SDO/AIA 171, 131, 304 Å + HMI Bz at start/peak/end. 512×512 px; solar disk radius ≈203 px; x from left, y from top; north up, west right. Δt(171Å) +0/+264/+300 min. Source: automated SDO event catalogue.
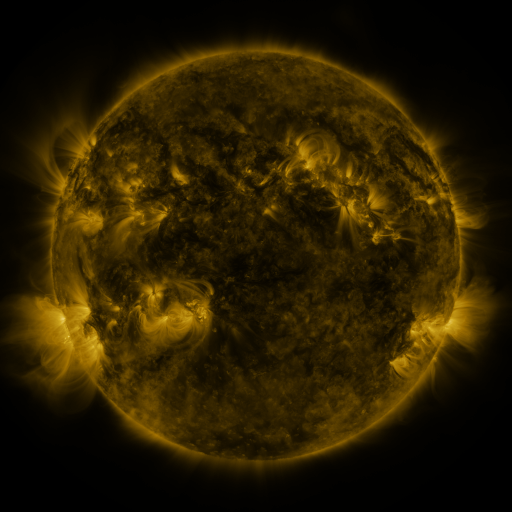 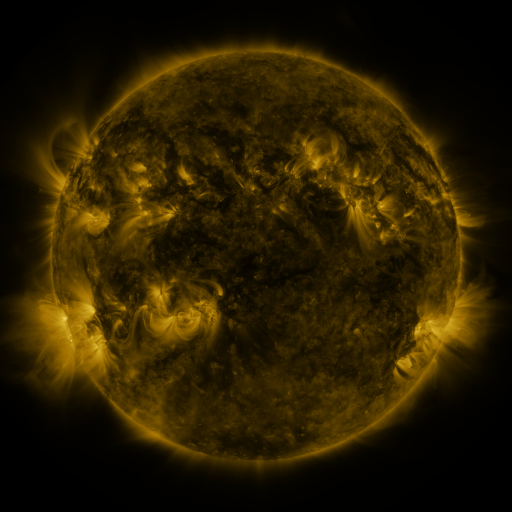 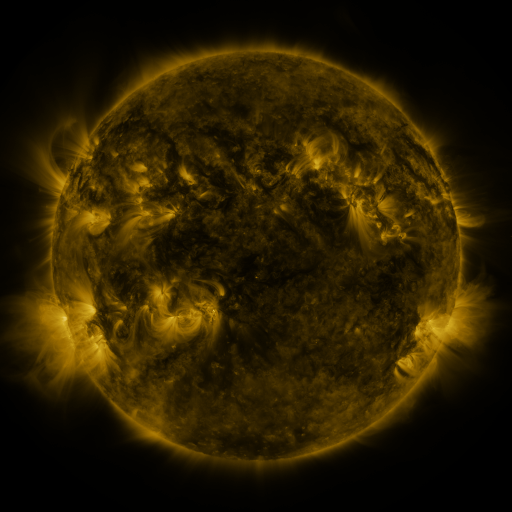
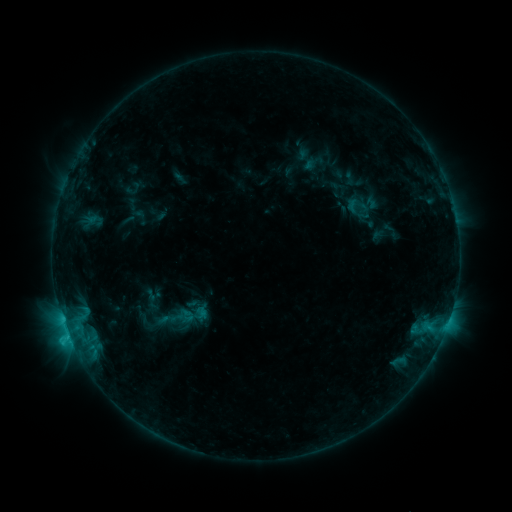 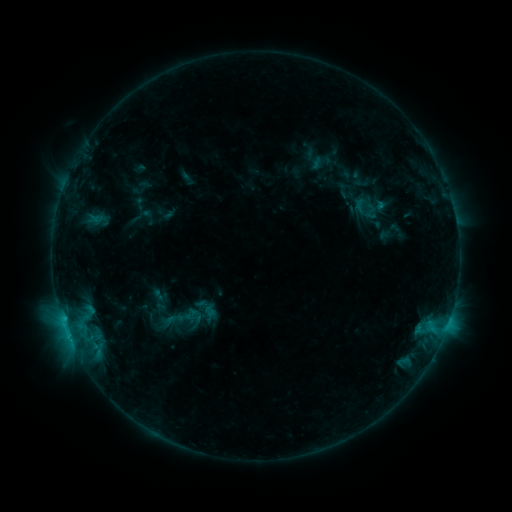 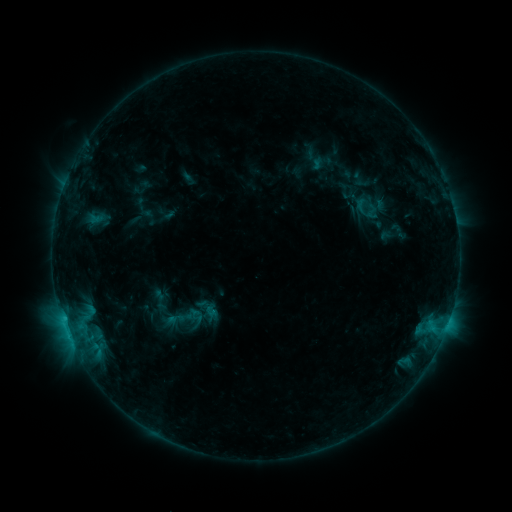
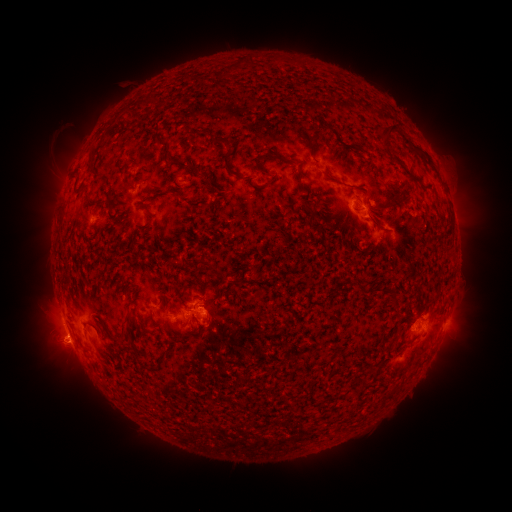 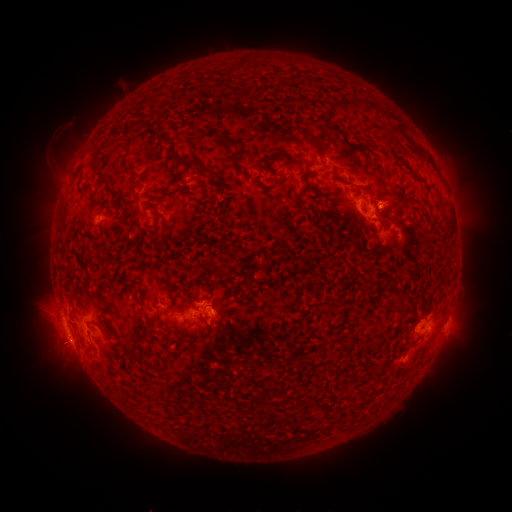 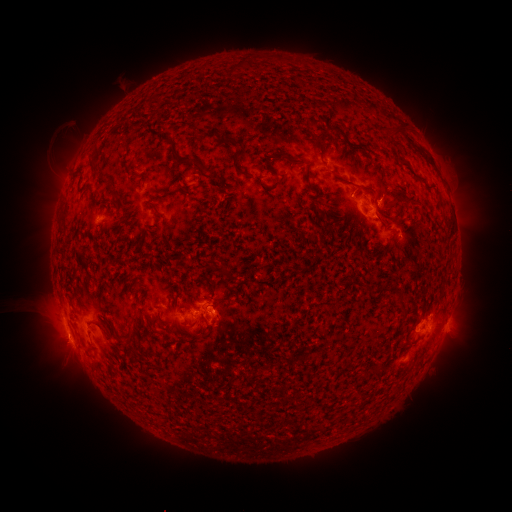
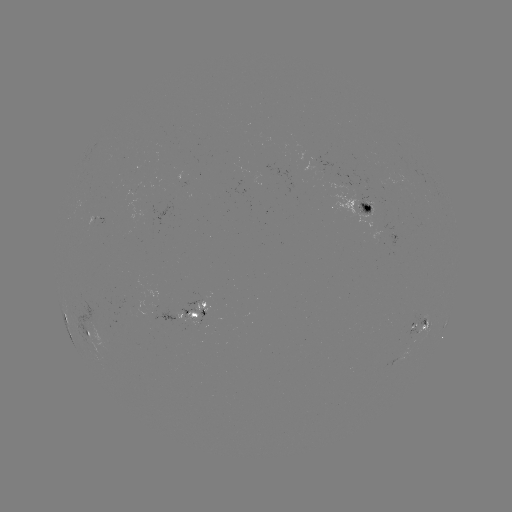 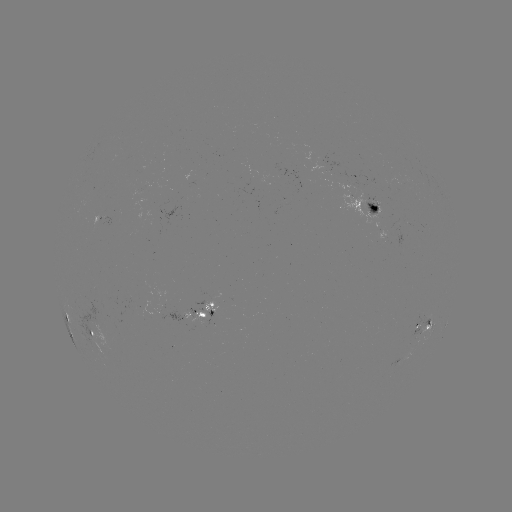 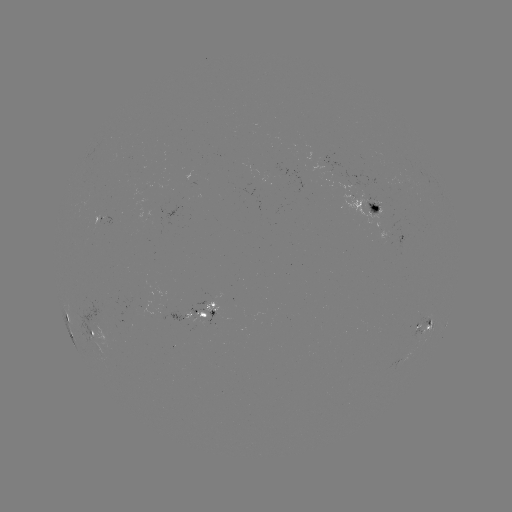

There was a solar emerging-flux region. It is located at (373, 206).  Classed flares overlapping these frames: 1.